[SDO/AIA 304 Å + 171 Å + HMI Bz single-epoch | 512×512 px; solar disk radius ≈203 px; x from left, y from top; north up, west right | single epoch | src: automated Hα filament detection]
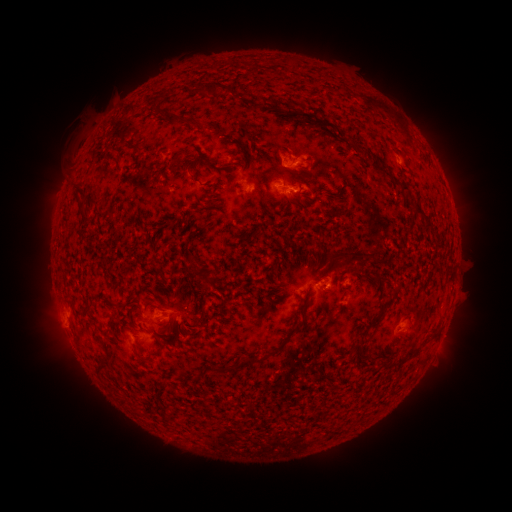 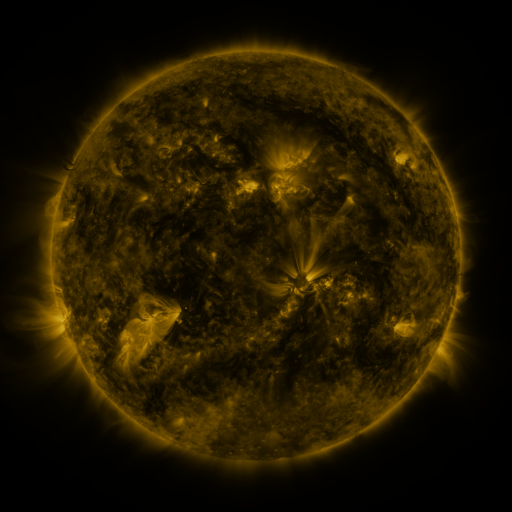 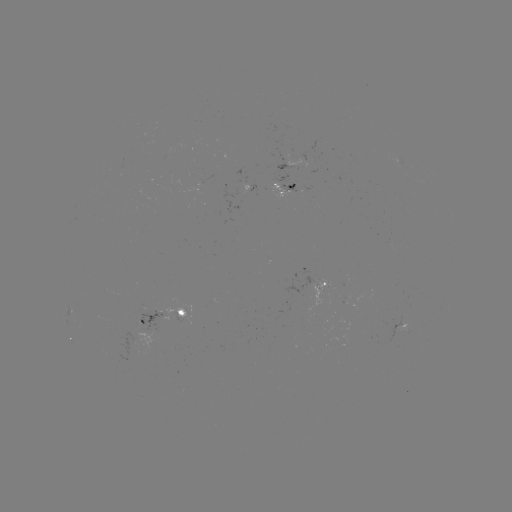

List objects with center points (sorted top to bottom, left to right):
filament: (208, 88)
filament: (173, 90)
filament: (290, 109)
filament: (178, 118)
filament: (222, 132)
filament: (298, 134)
filament: (134, 146)
filament: (251, 153)
filament: (204, 158)
filament: (117, 163)
filament: (213, 164)
filament: (376, 164)
filament: (195, 179)
filament: (78, 199)
filament: (414, 202)
filament: (213, 203)
filament: (338, 256)
filament: (190, 258)
filament: (352, 269)
filament: (317, 281)
filament: (305, 298)
filament: (202, 299)
filament: (70, 302)
filament: (152, 305)
filament: (384, 312)
filament: (179, 326)
filament: (289, 335)
filament: (161, 346)
filament: (256, 360)
filament: (101, 366)
